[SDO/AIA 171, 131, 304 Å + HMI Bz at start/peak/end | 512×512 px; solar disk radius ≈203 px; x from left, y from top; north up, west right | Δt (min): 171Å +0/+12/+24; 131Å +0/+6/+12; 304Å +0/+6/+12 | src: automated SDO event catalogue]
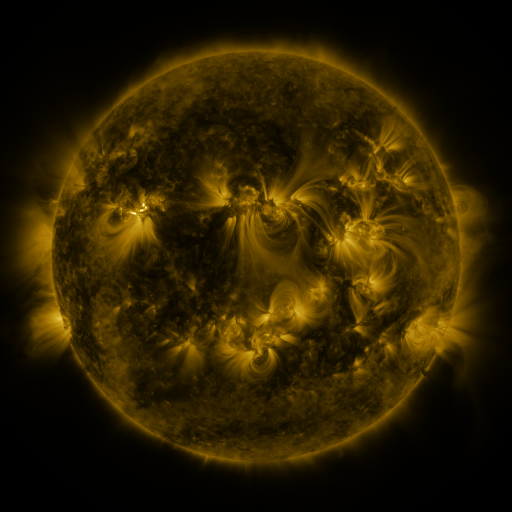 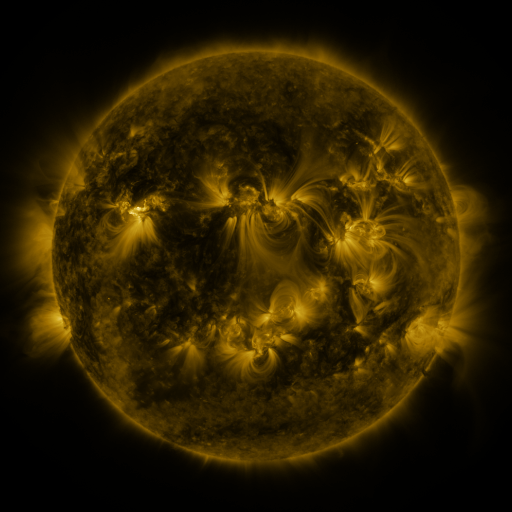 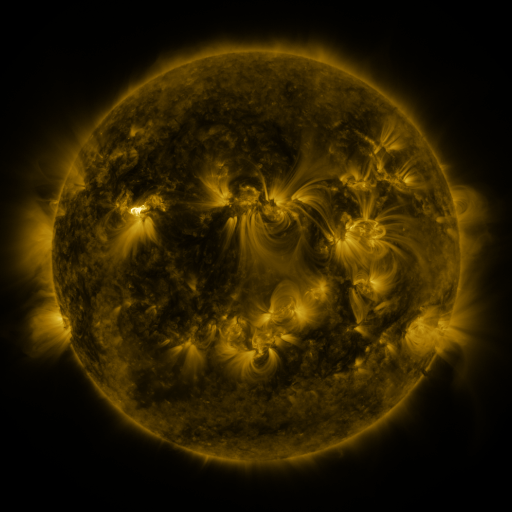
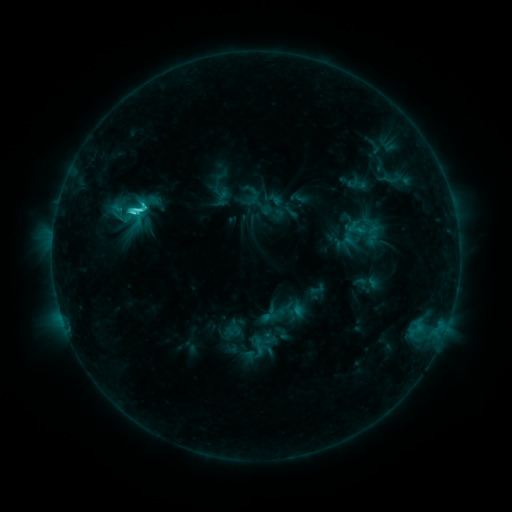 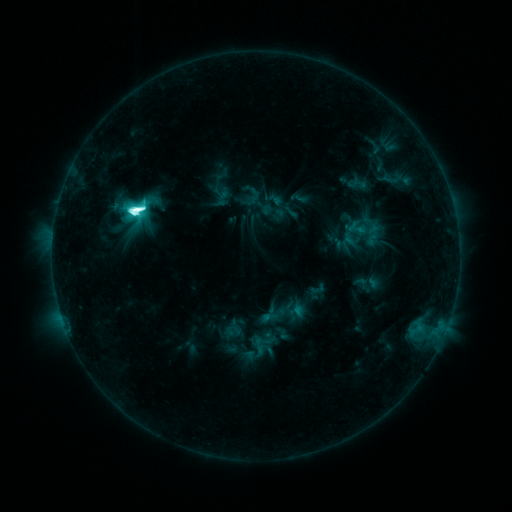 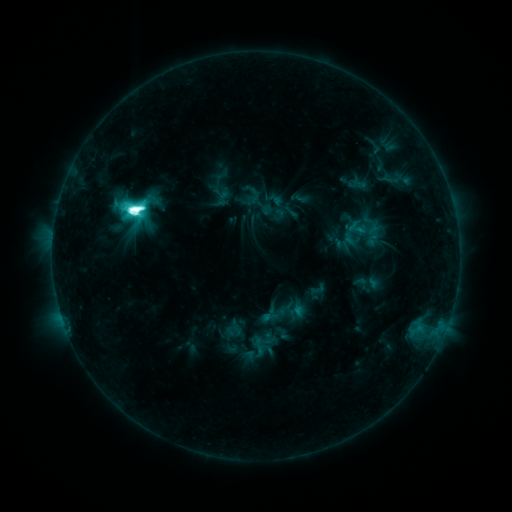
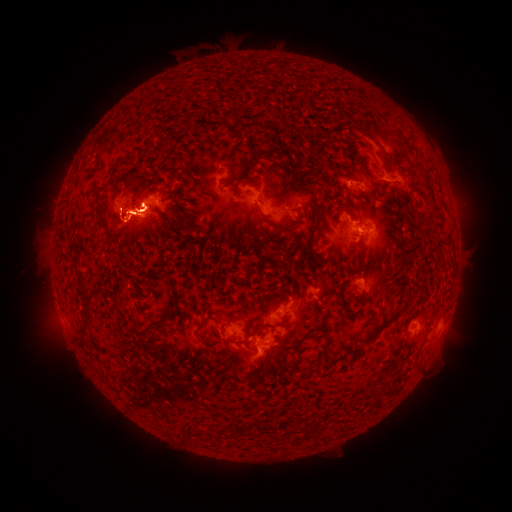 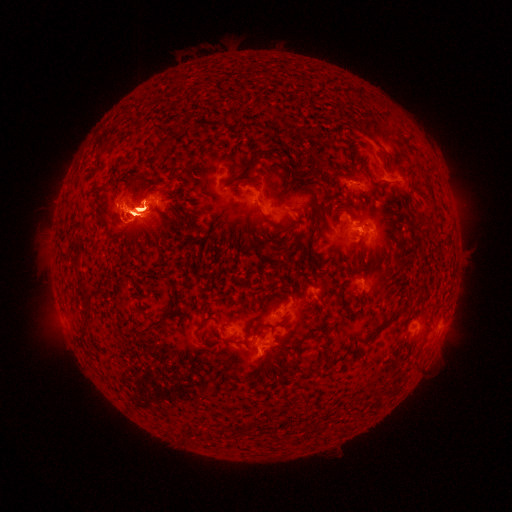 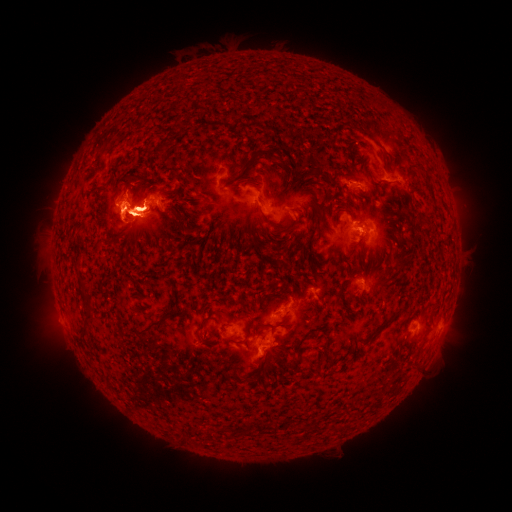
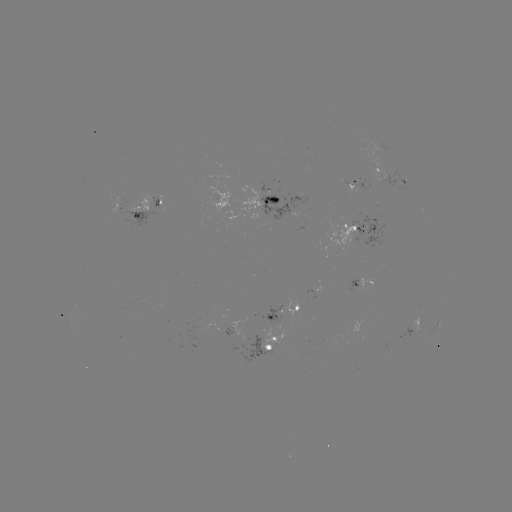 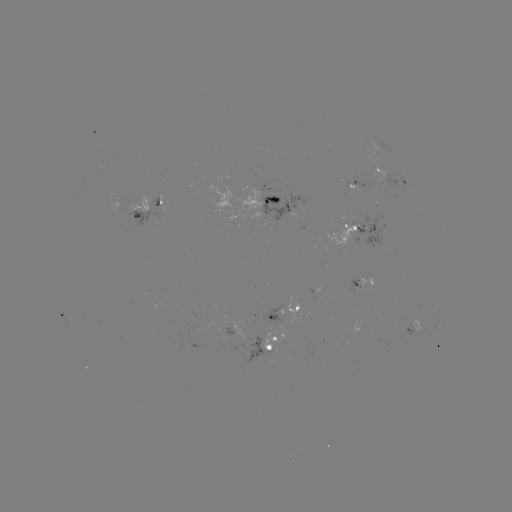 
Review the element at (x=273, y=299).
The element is eruption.